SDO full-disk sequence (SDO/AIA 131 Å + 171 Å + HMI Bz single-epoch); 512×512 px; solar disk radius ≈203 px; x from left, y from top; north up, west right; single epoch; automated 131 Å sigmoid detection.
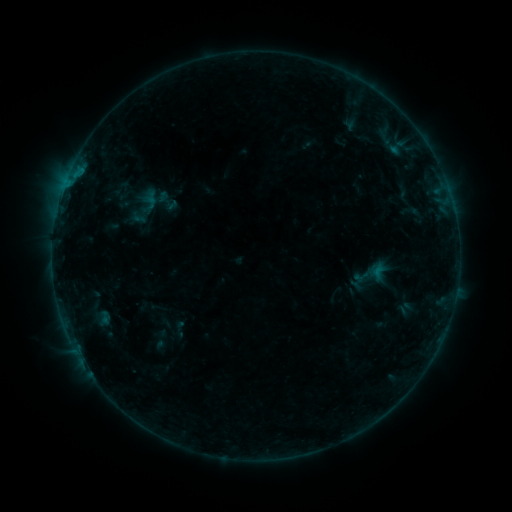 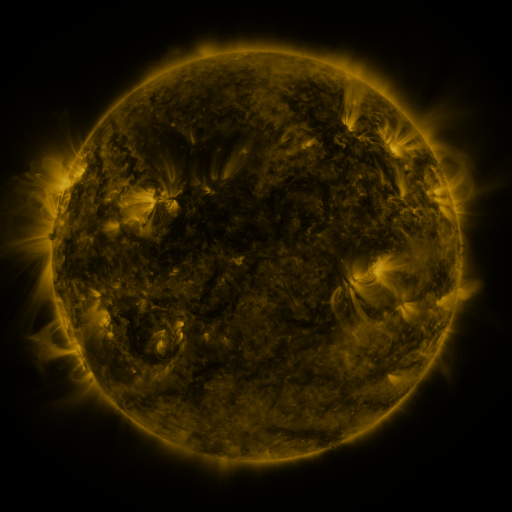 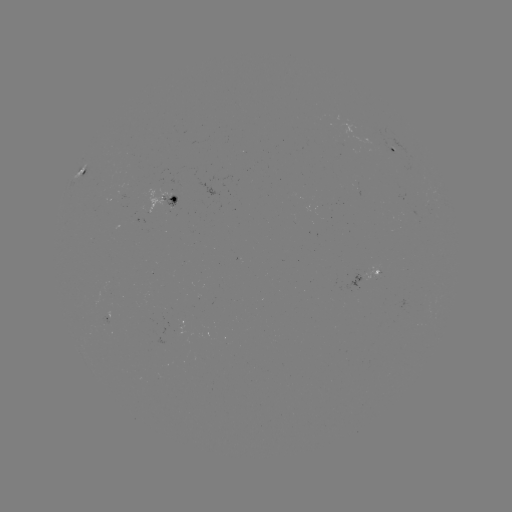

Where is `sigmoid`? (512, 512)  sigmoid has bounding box [154, 188, 180, 214].